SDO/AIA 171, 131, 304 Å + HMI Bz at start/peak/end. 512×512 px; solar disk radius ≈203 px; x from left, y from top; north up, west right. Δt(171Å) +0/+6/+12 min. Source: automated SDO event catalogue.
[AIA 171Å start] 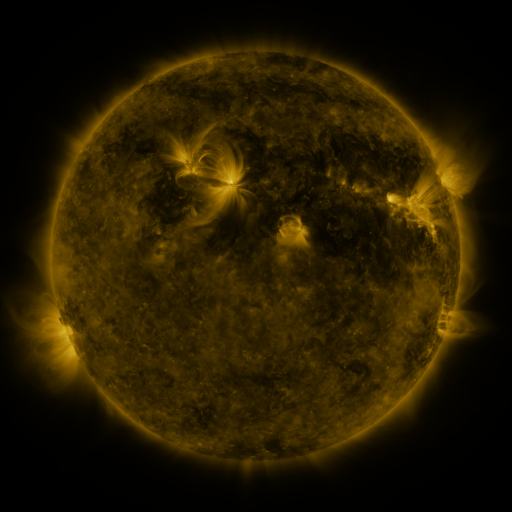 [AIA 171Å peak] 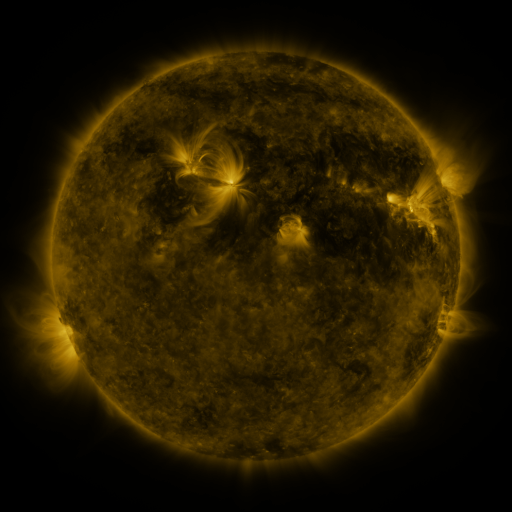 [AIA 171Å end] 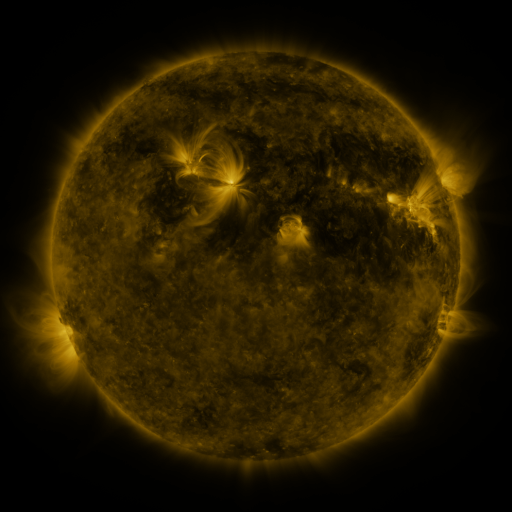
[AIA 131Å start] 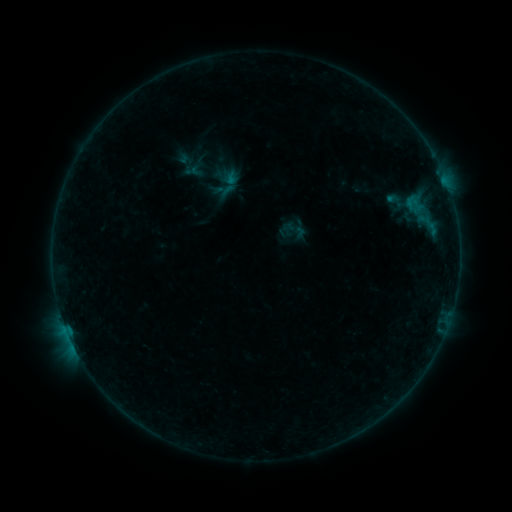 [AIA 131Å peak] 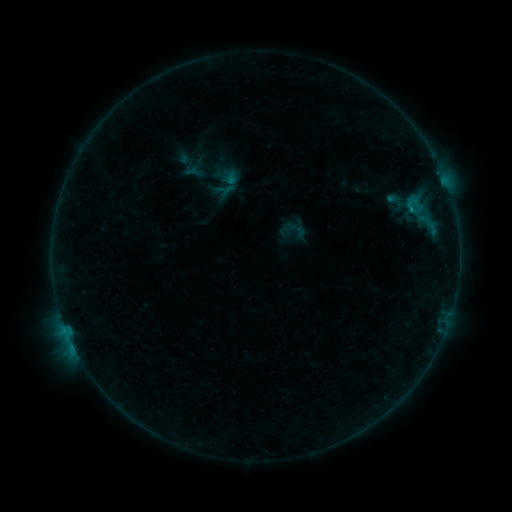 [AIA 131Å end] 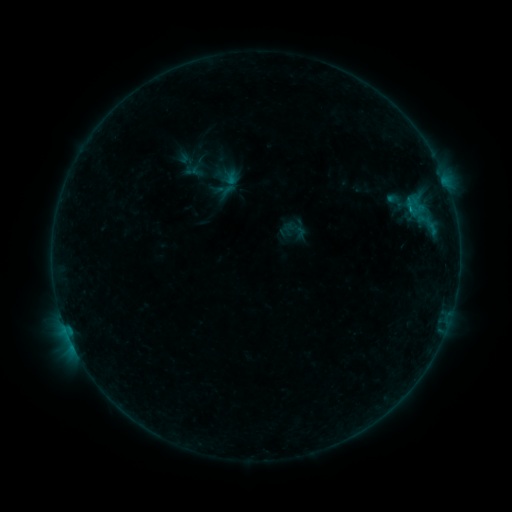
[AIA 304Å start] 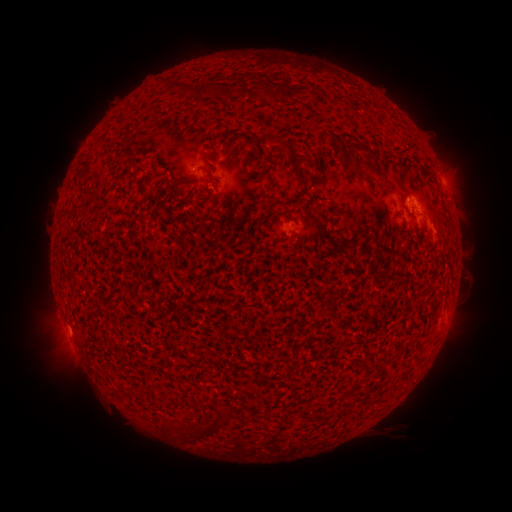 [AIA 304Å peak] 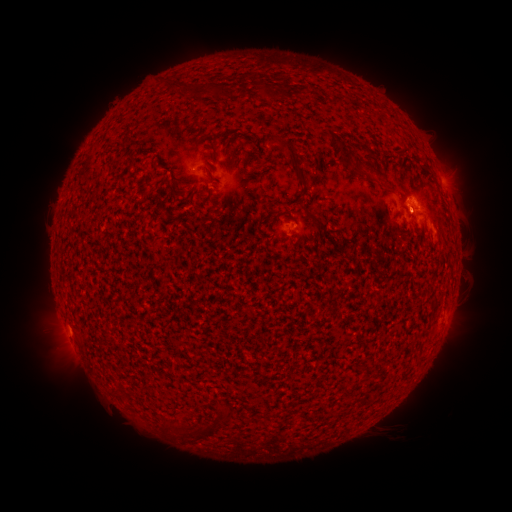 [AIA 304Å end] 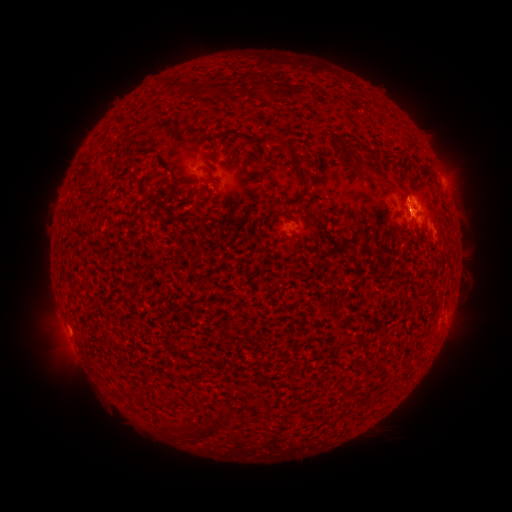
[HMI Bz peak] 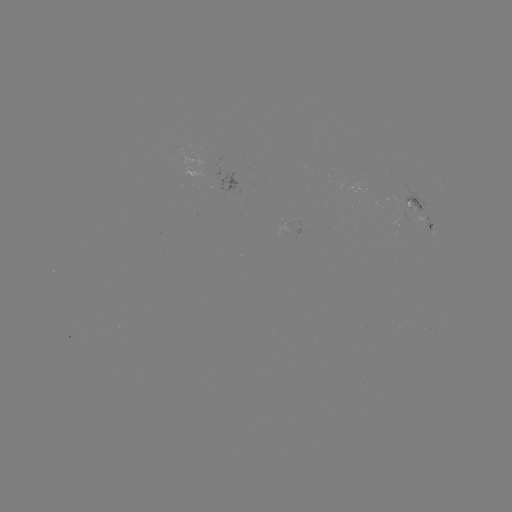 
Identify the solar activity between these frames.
B9.7 flare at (410, 214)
